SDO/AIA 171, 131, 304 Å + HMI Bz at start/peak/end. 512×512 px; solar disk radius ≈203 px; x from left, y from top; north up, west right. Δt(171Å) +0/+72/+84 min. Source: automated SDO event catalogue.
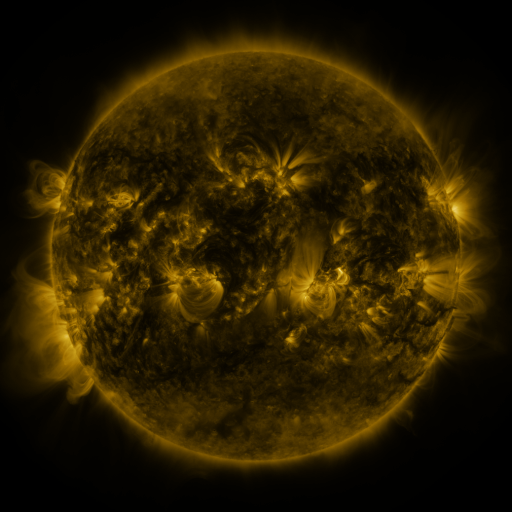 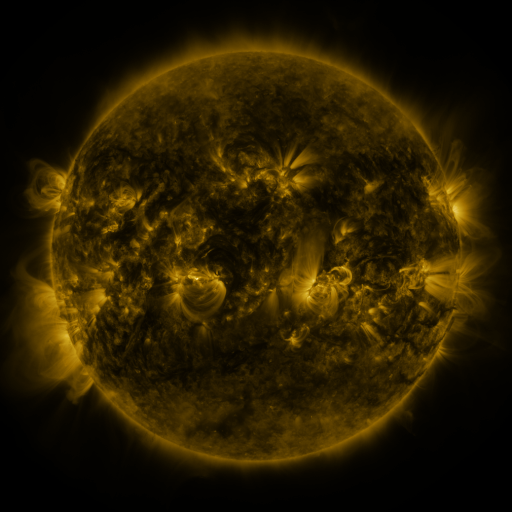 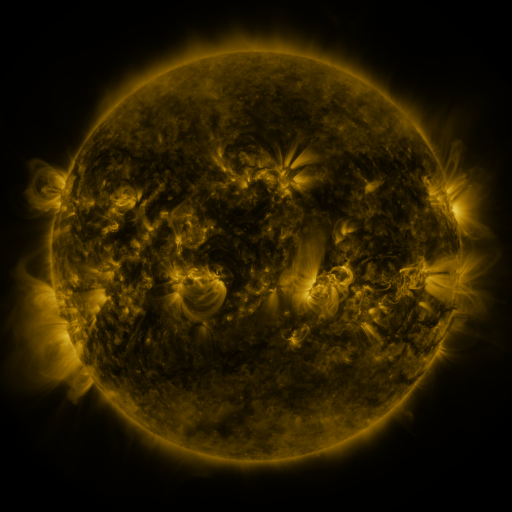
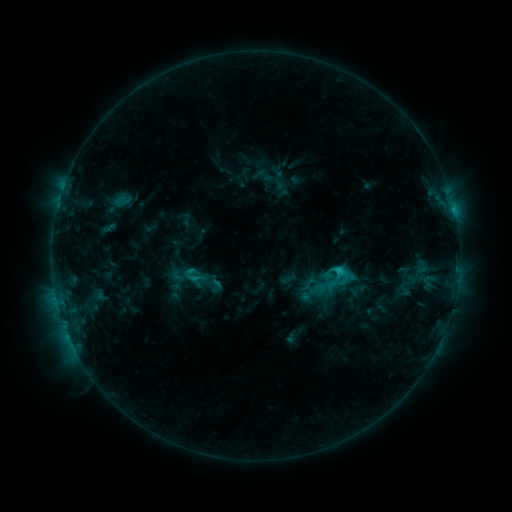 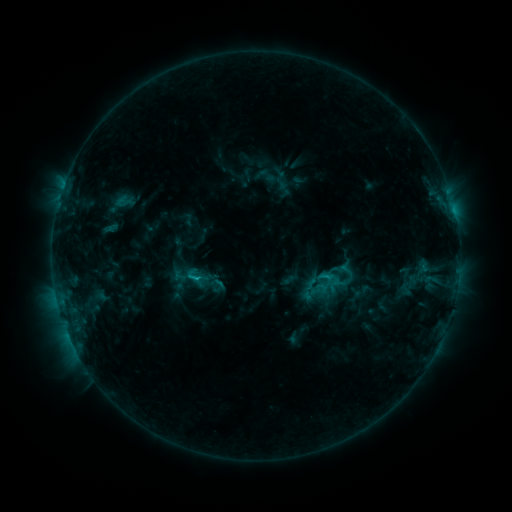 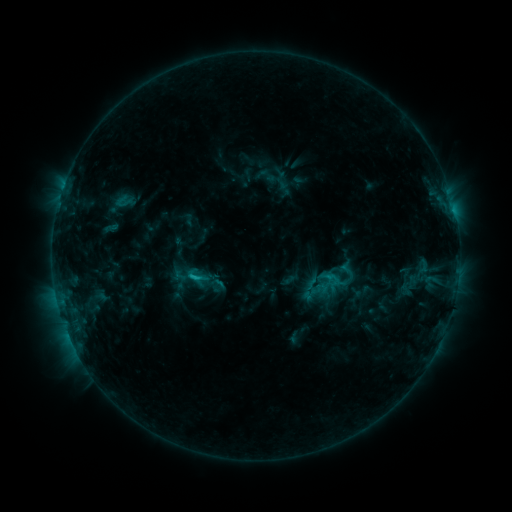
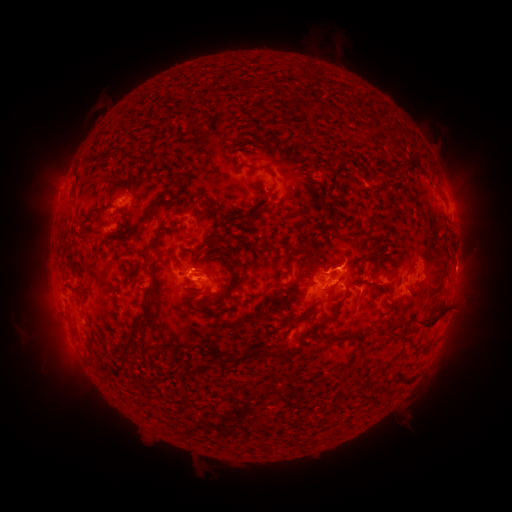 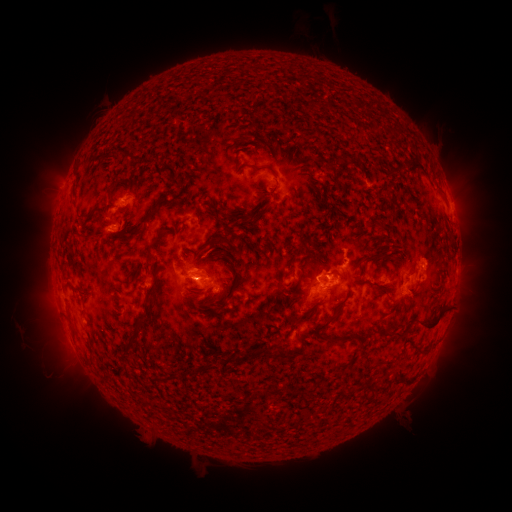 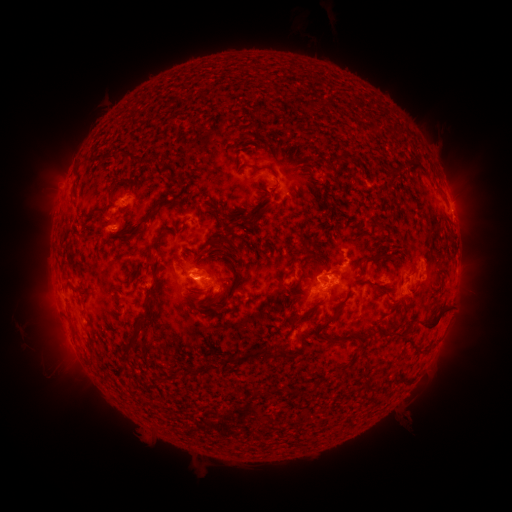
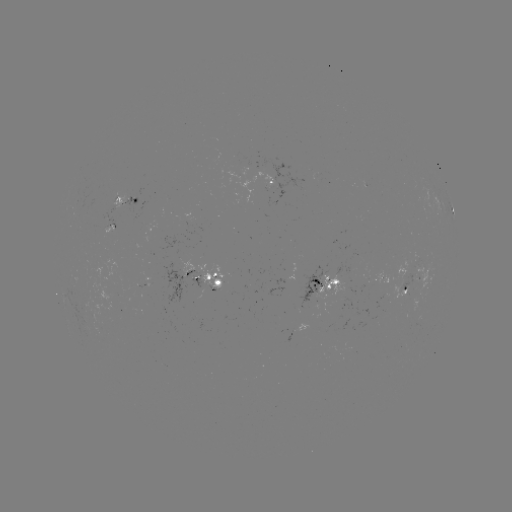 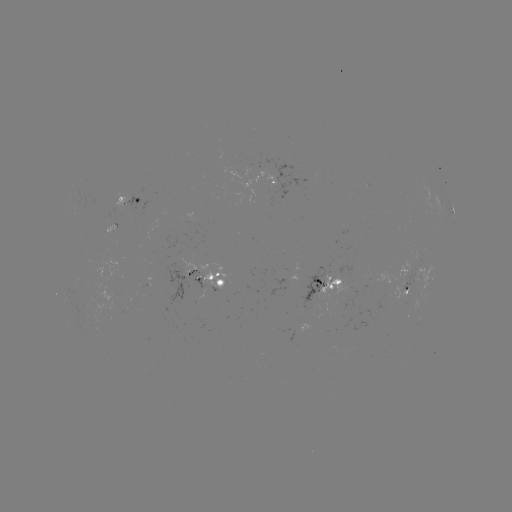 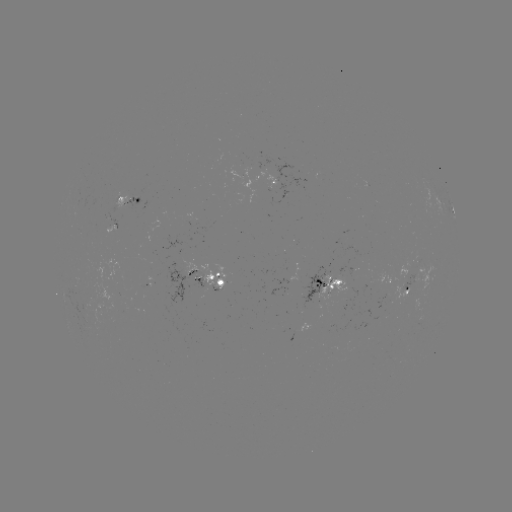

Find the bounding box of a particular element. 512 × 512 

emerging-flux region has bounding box [174, 250, 228, 289].